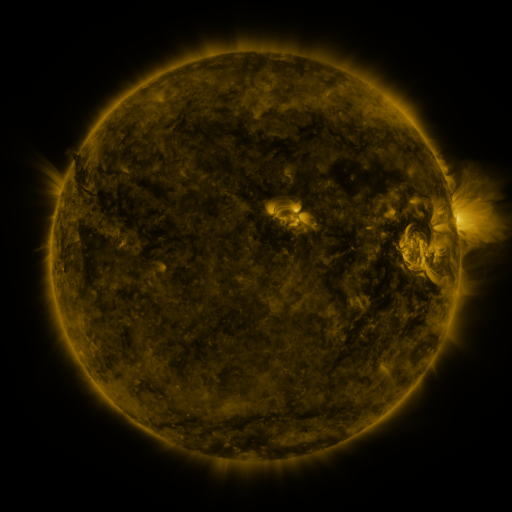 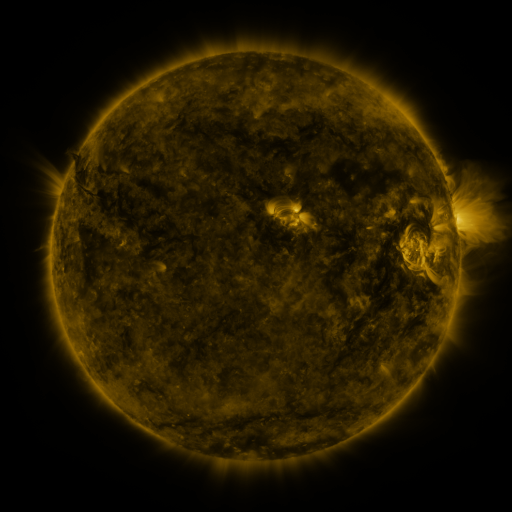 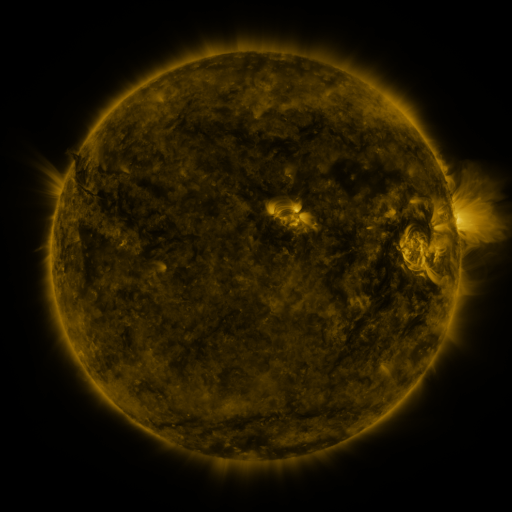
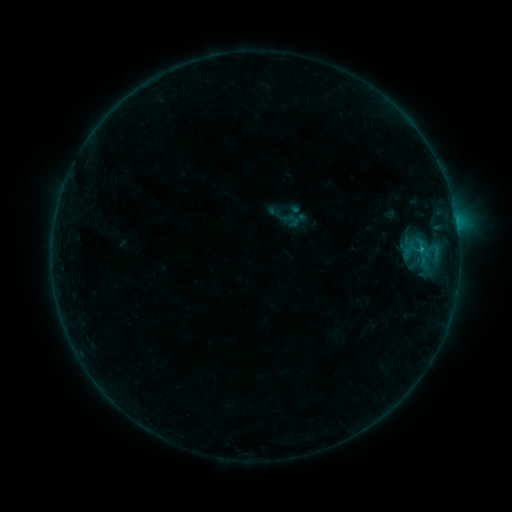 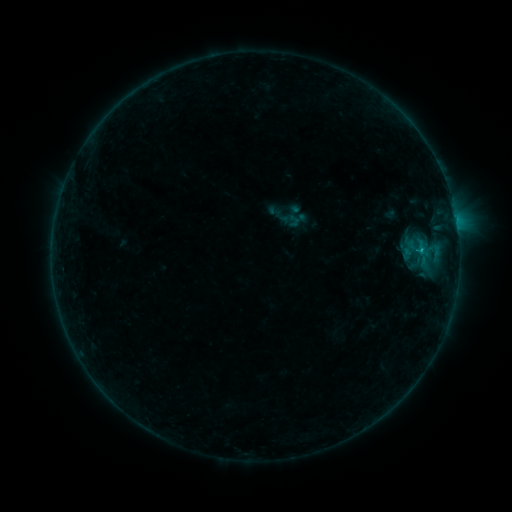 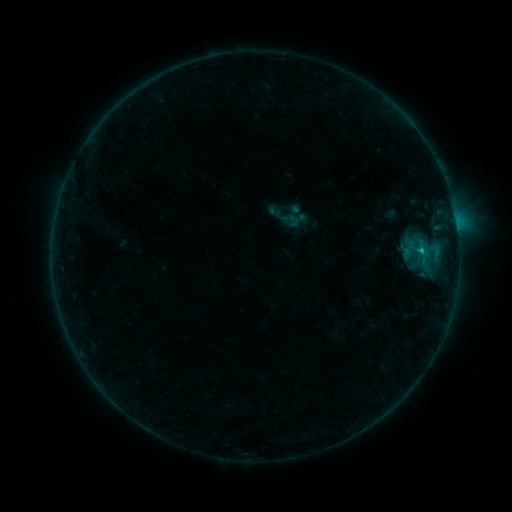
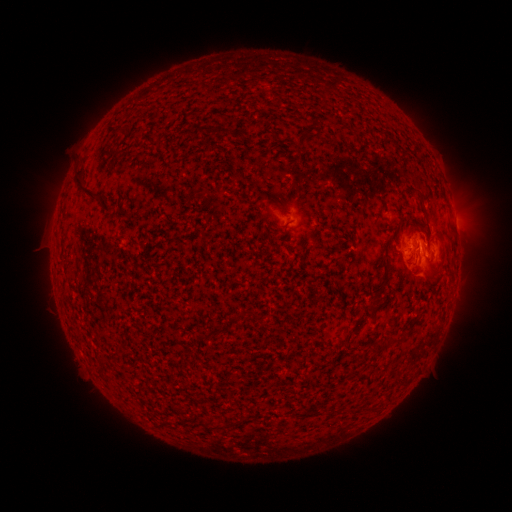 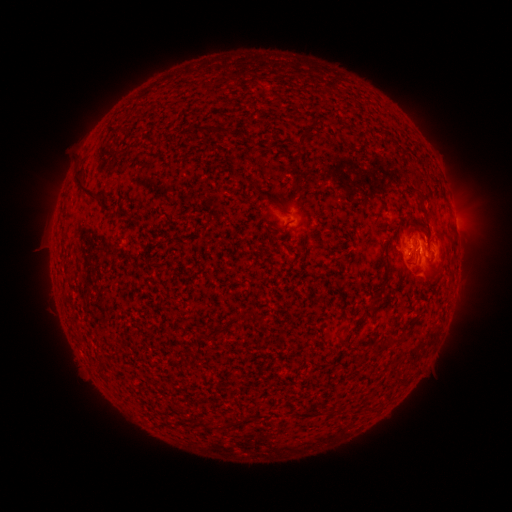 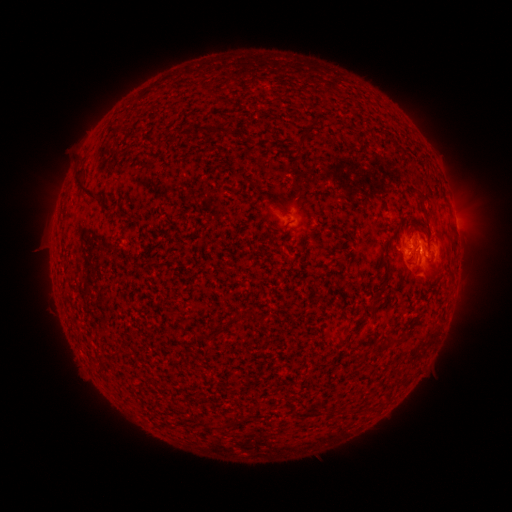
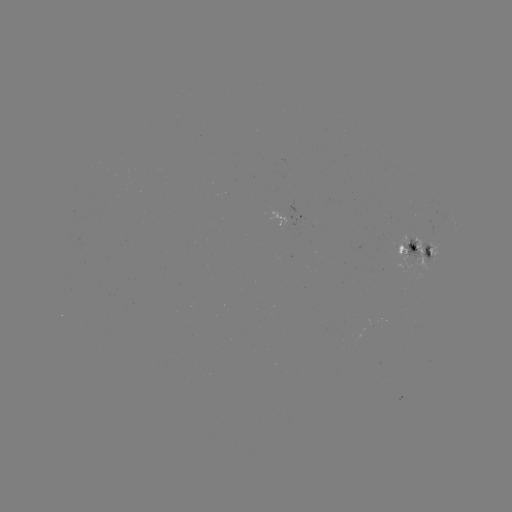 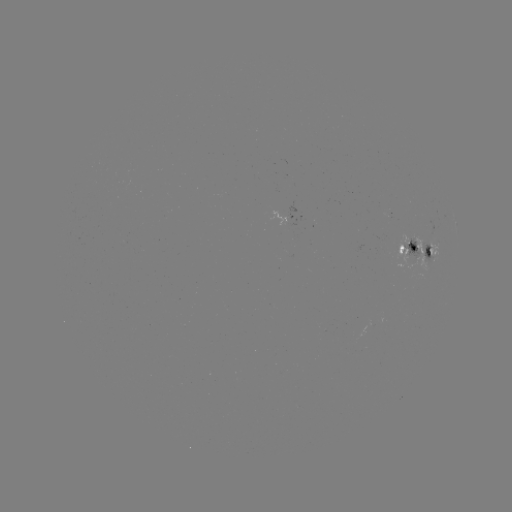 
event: flare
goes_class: B8.6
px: (420, 252)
